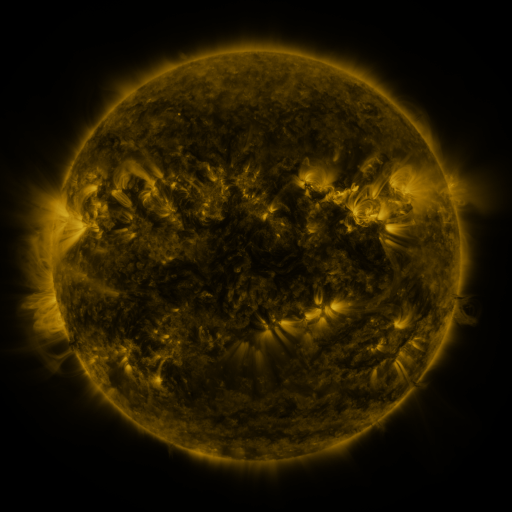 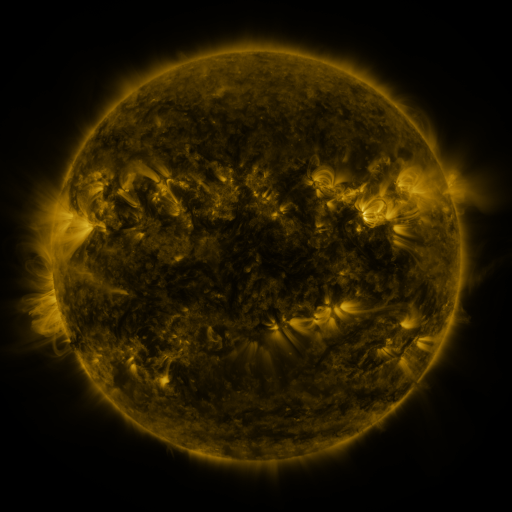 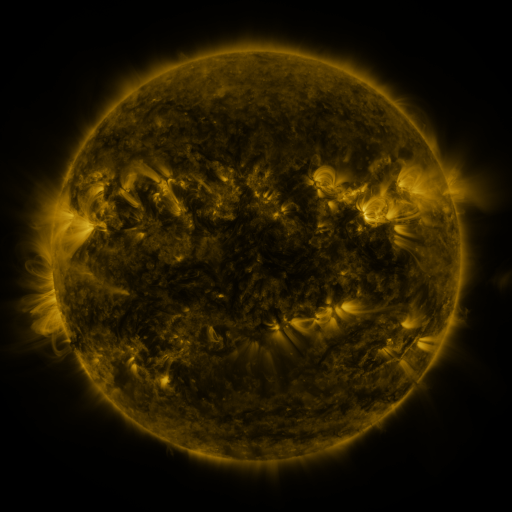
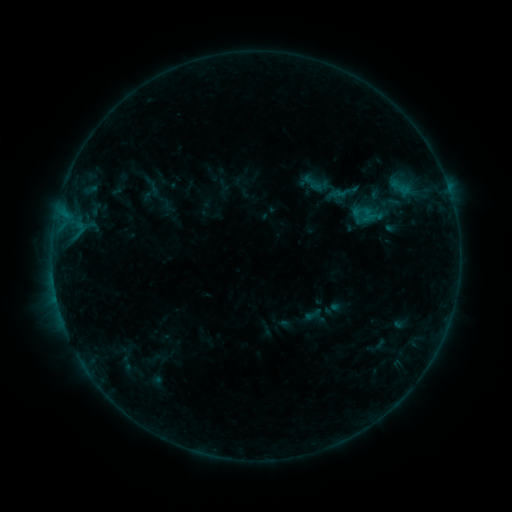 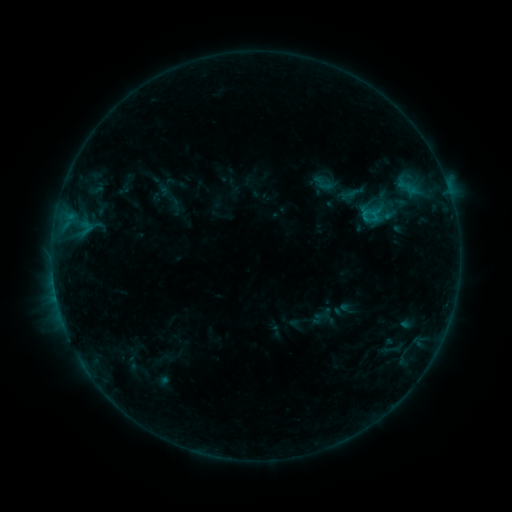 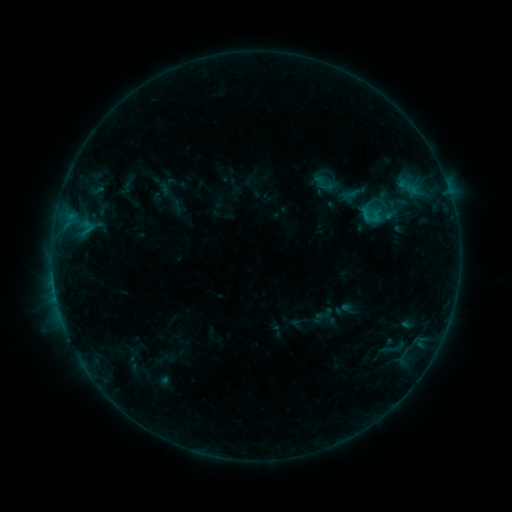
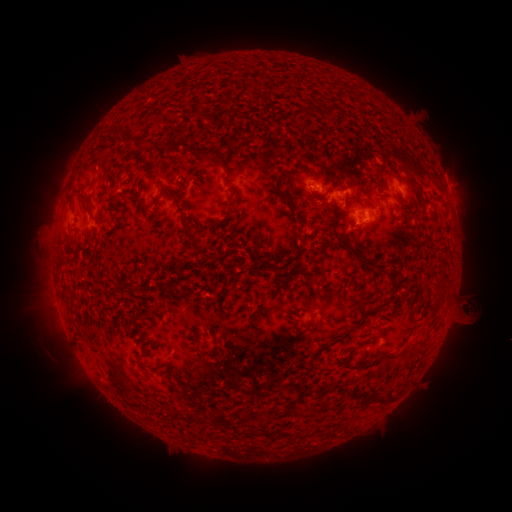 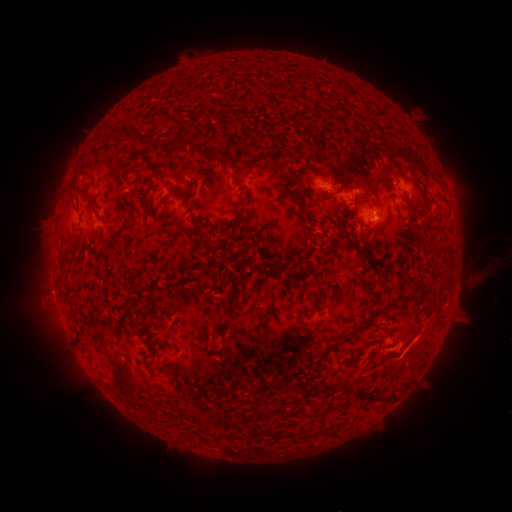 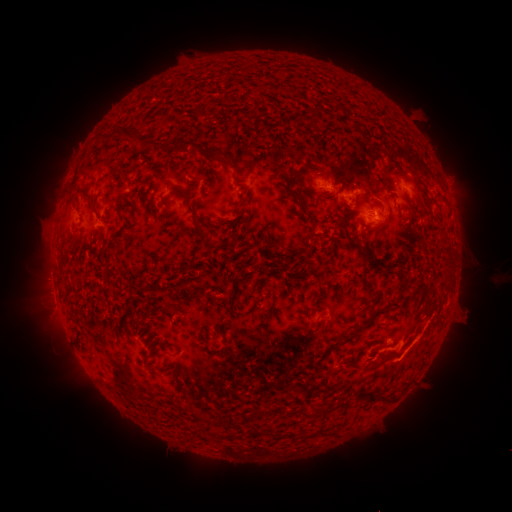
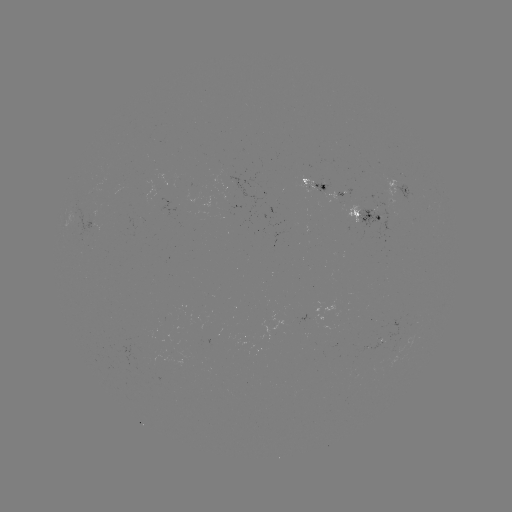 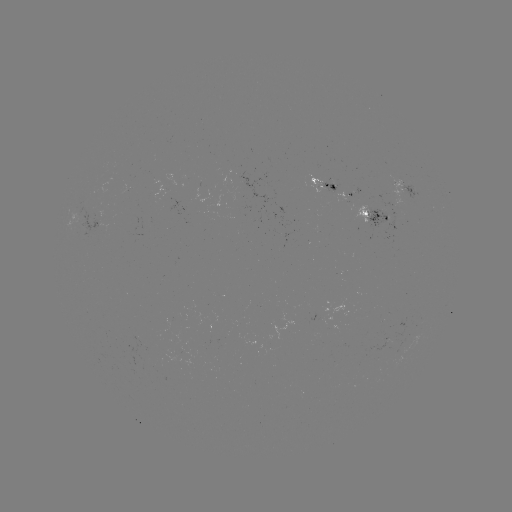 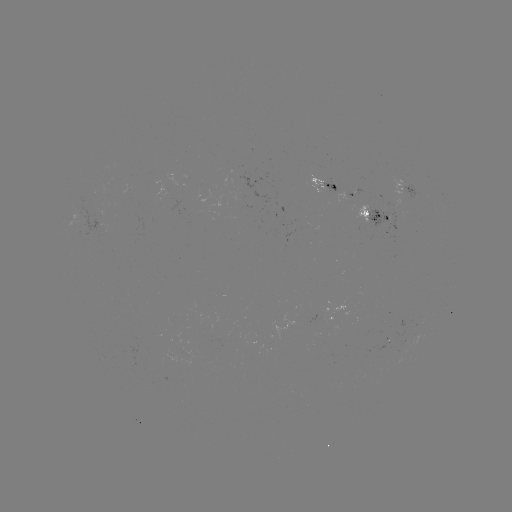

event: emerging-flux region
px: (95, 225)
